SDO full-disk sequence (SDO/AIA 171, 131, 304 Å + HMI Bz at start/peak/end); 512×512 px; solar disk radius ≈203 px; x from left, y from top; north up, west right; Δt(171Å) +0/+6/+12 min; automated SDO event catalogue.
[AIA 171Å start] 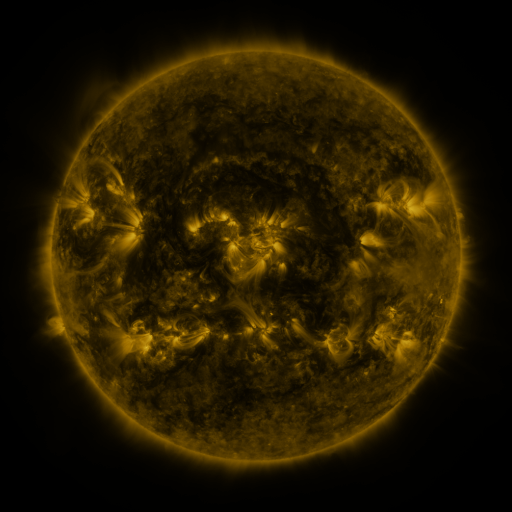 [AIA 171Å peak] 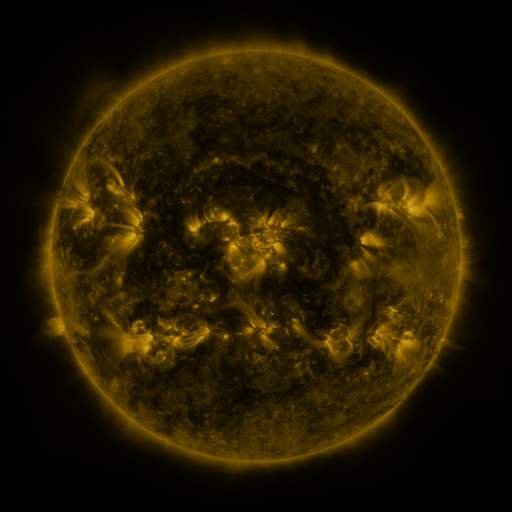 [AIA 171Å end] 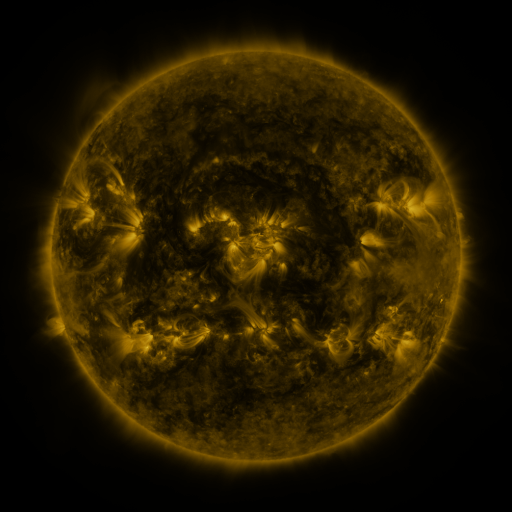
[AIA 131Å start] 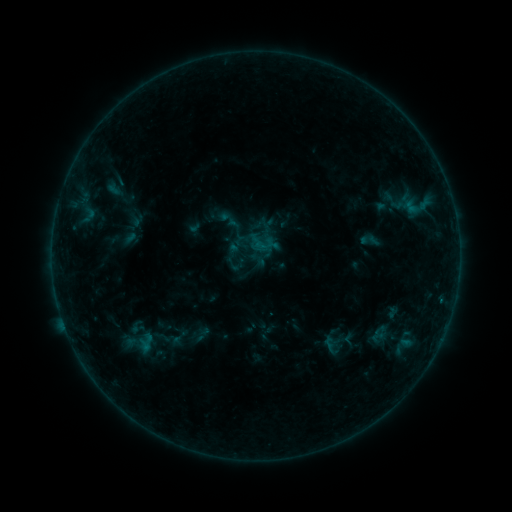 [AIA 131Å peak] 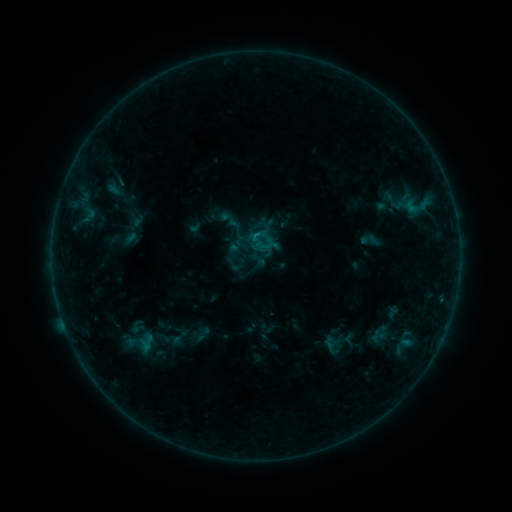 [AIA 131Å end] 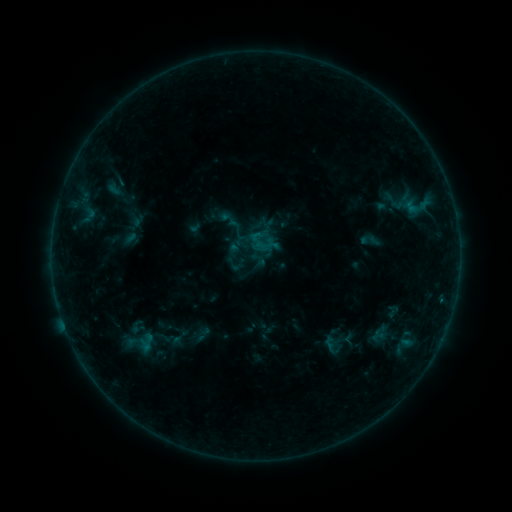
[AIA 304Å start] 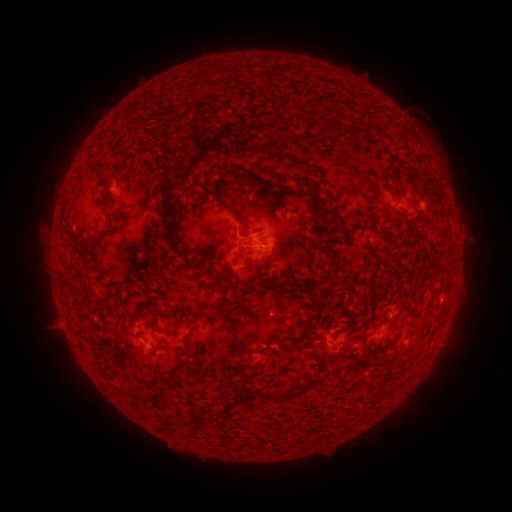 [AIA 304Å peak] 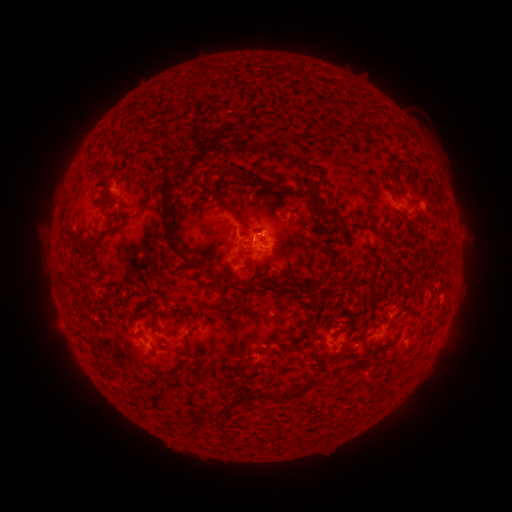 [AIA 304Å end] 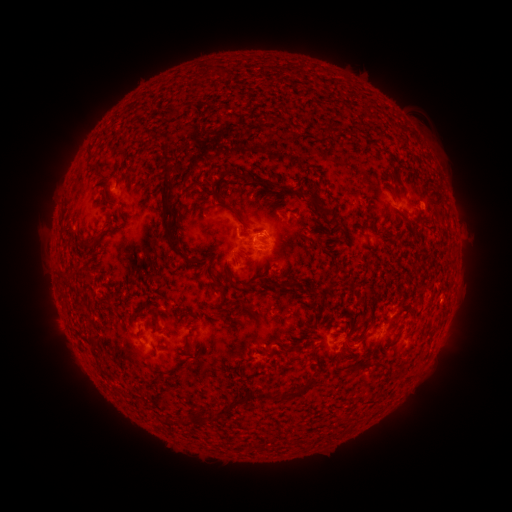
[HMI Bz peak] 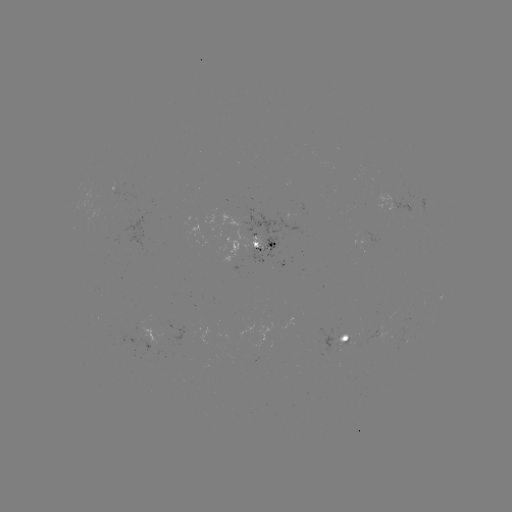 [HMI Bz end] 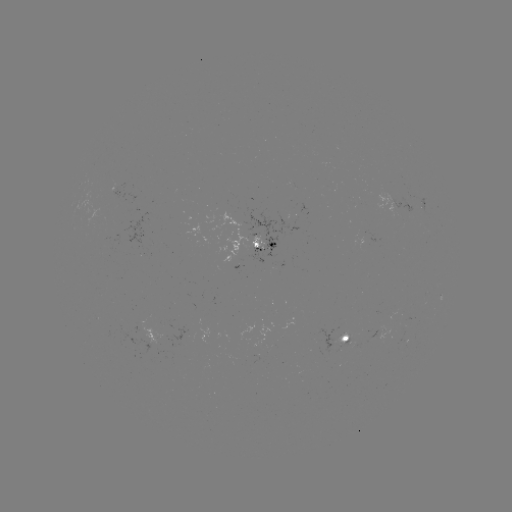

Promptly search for B3.8 flare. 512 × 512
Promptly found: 256,237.